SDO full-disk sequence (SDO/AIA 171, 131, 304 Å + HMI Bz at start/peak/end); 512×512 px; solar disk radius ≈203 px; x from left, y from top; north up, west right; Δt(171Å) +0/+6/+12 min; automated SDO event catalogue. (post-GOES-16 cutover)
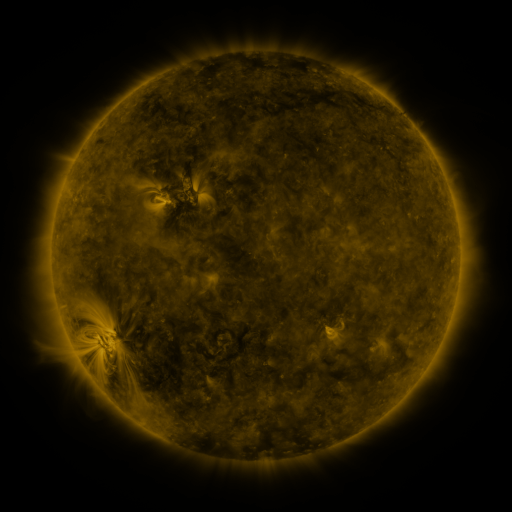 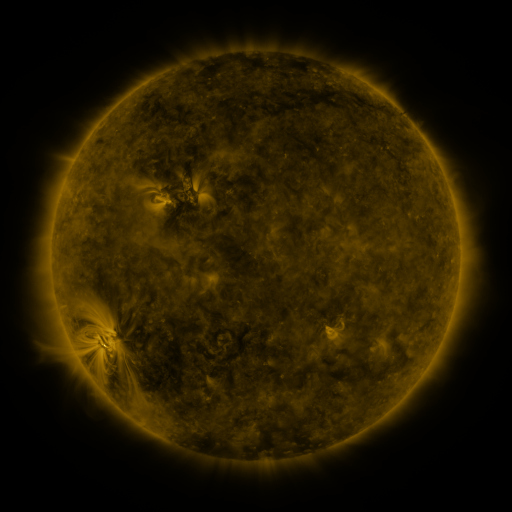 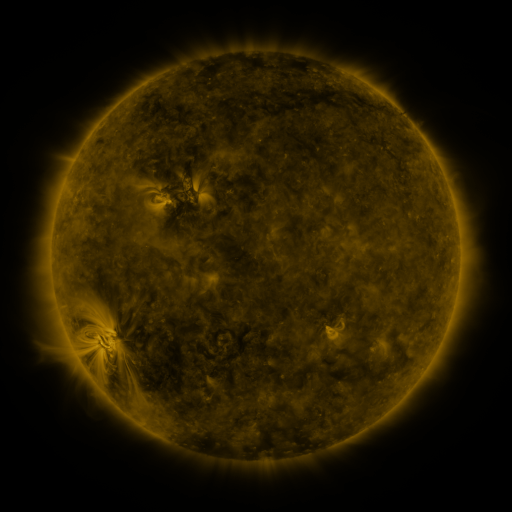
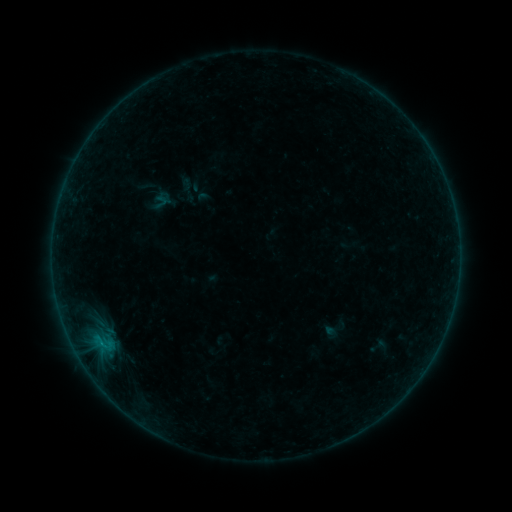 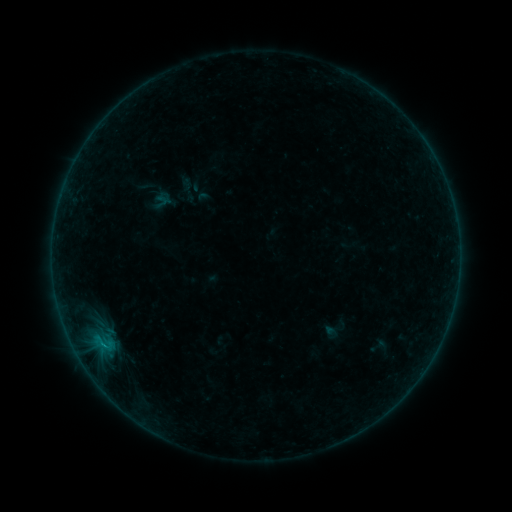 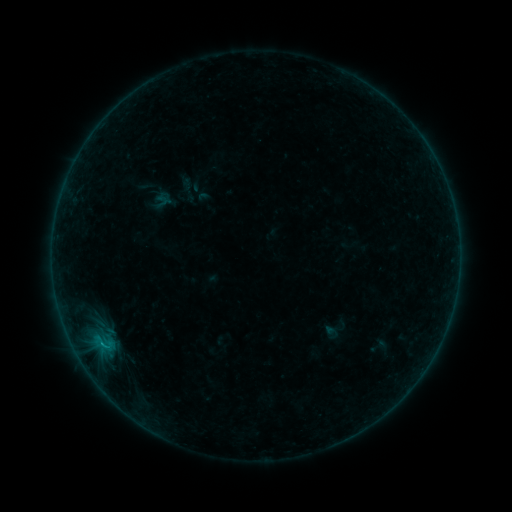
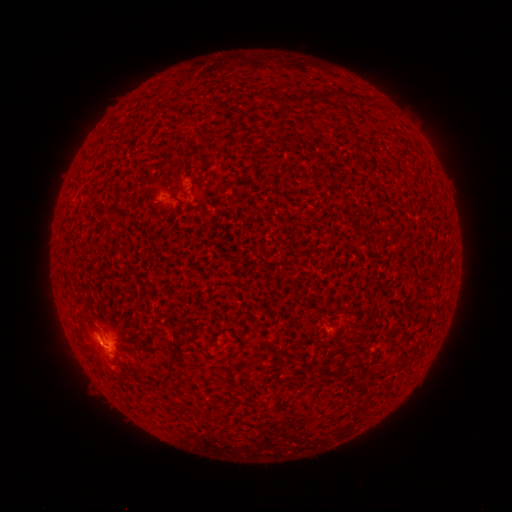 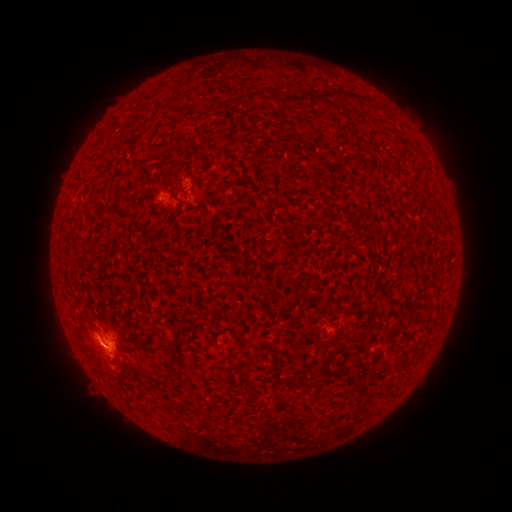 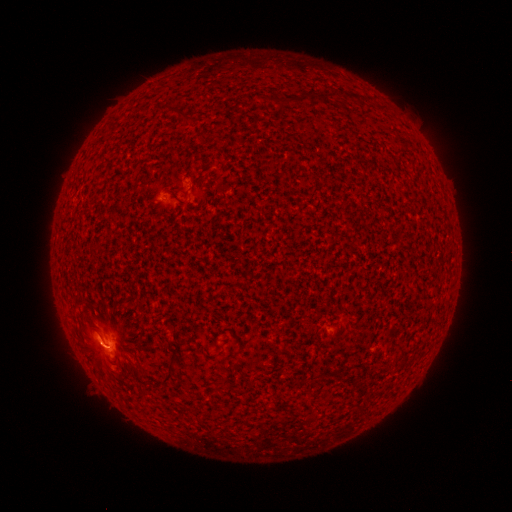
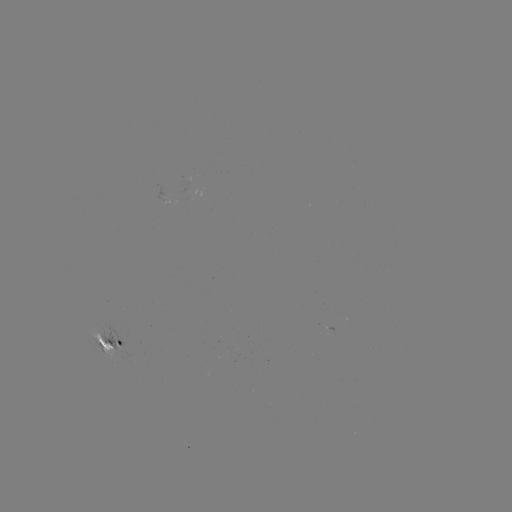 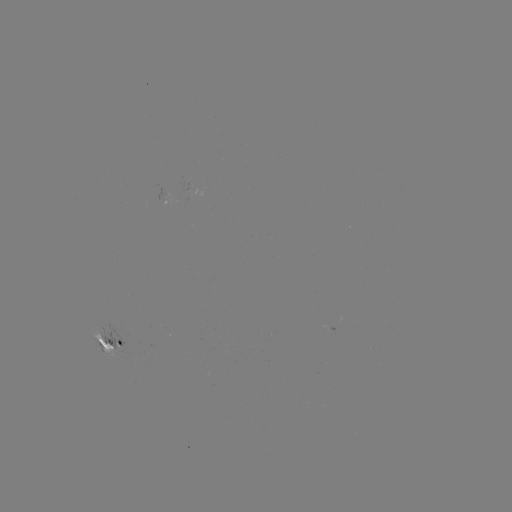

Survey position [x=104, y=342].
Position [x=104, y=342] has B6.0 flare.